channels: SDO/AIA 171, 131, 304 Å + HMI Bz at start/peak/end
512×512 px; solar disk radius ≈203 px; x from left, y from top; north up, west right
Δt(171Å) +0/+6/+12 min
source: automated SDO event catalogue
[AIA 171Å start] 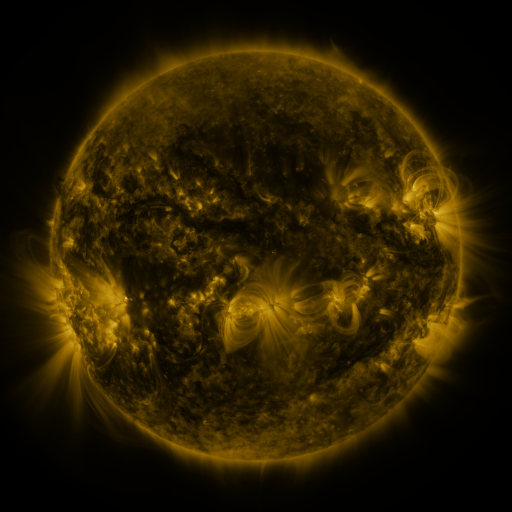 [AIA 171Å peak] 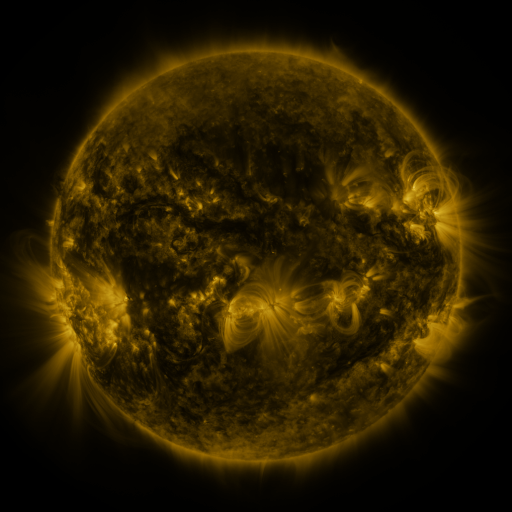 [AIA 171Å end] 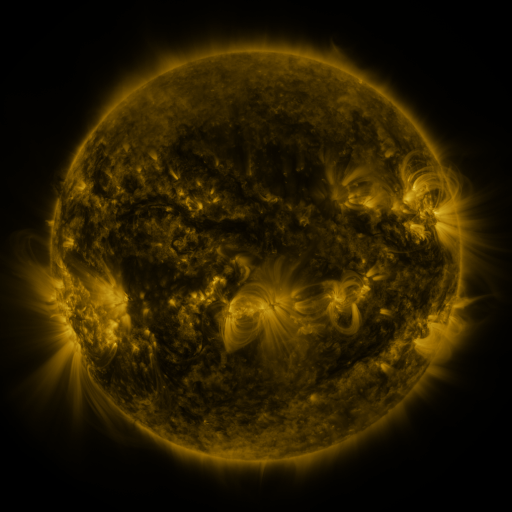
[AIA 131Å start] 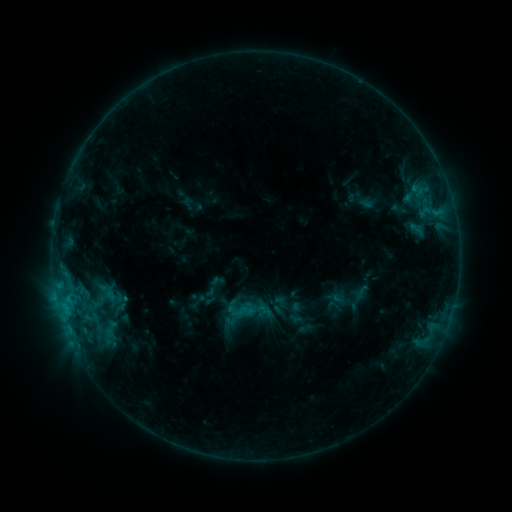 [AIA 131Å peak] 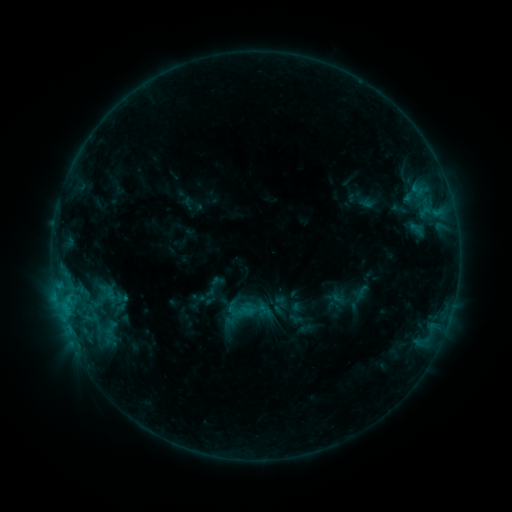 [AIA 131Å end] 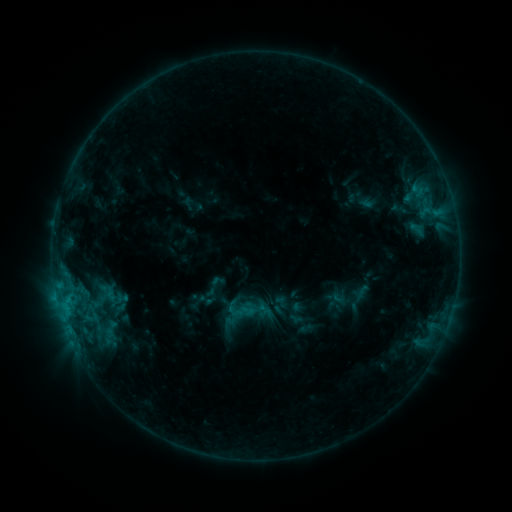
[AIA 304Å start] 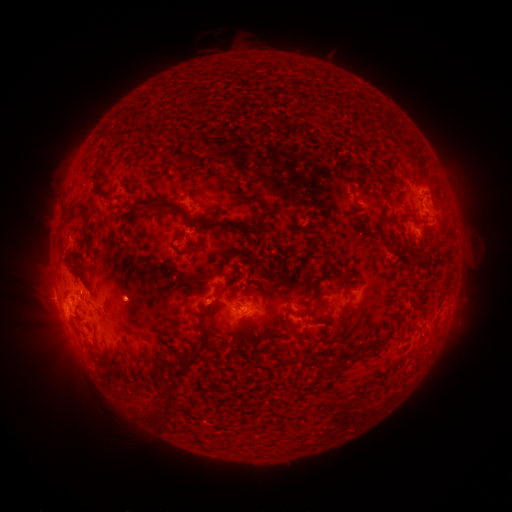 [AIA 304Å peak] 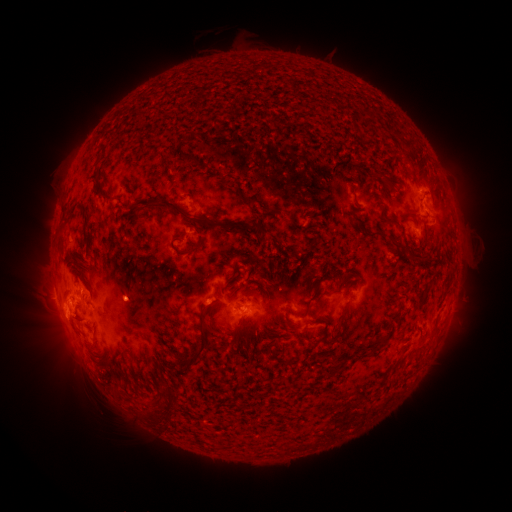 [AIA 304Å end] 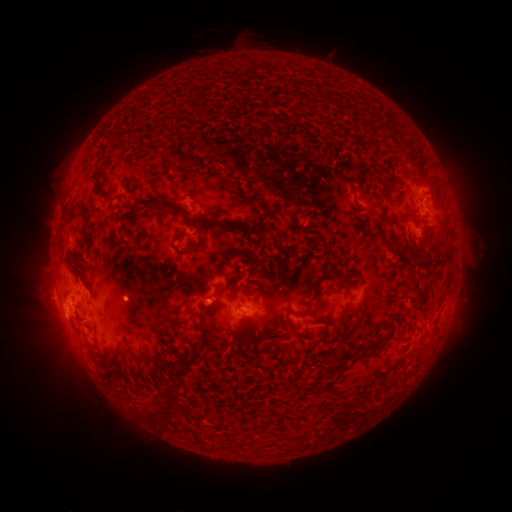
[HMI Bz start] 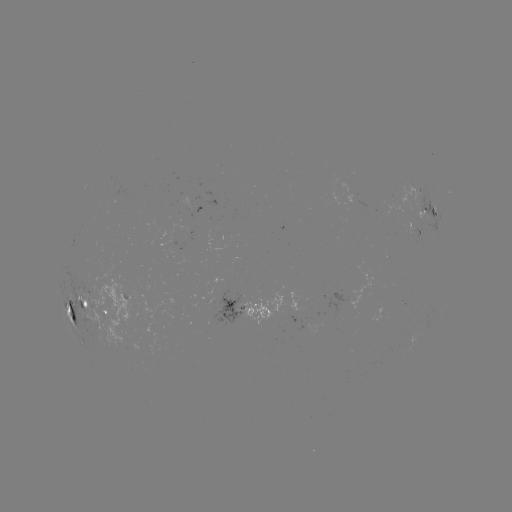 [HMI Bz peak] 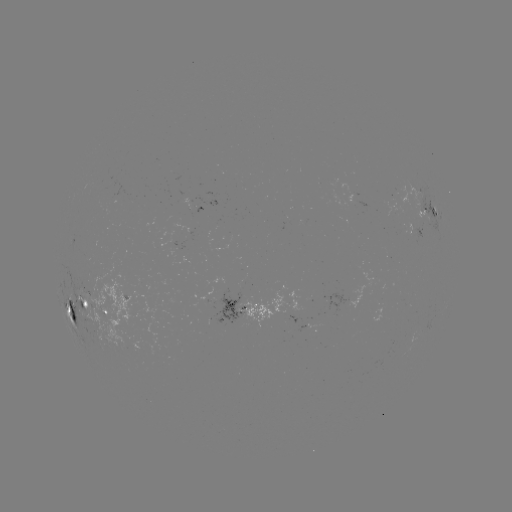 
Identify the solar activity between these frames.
no flare in any classed list; no EUV-trigger detection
